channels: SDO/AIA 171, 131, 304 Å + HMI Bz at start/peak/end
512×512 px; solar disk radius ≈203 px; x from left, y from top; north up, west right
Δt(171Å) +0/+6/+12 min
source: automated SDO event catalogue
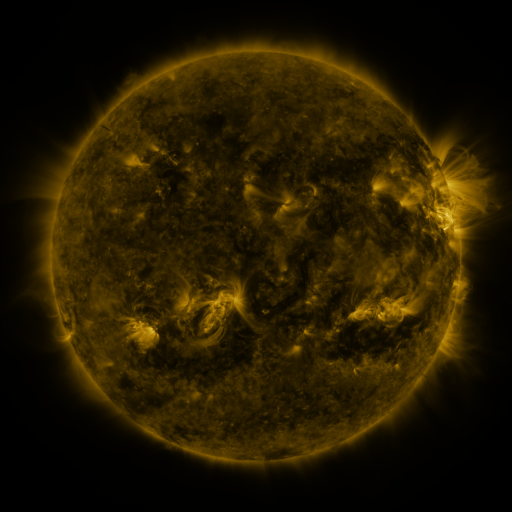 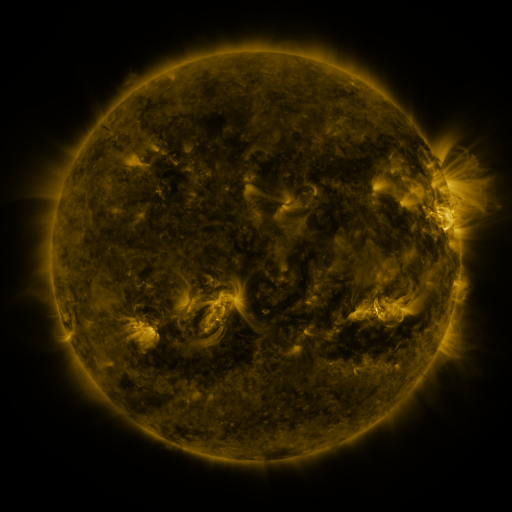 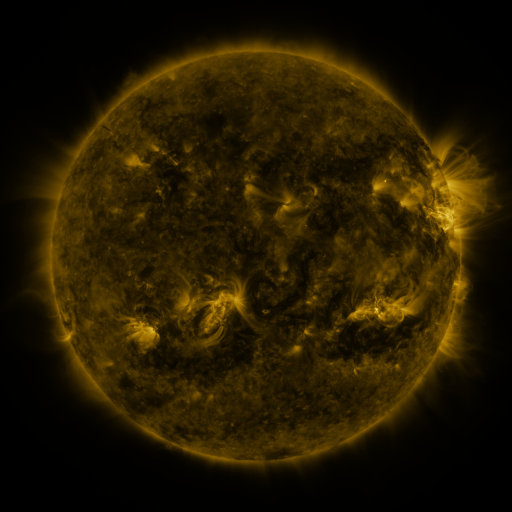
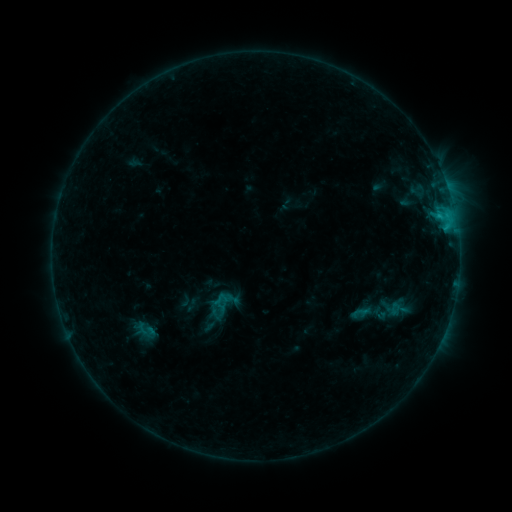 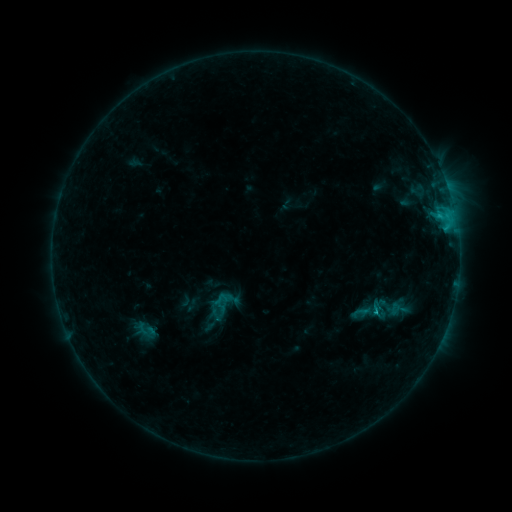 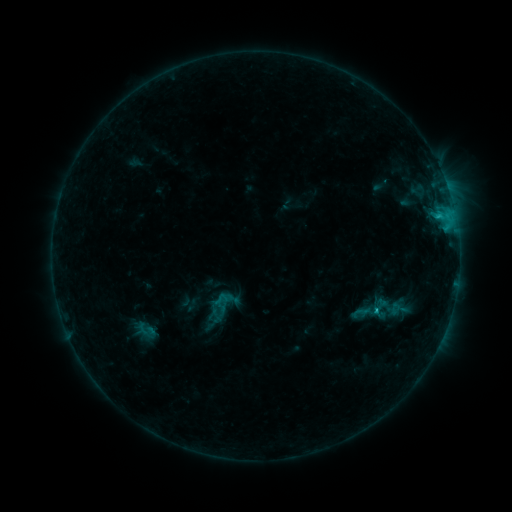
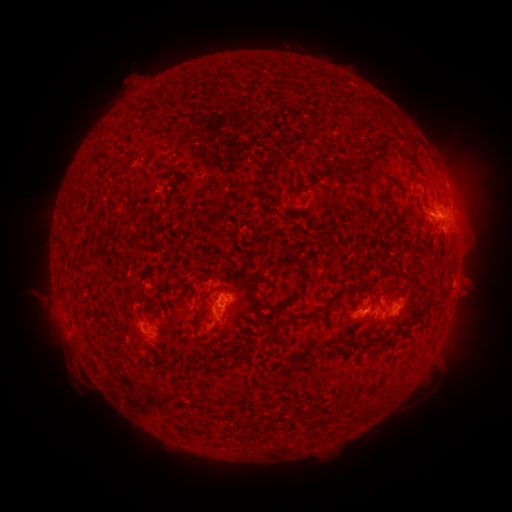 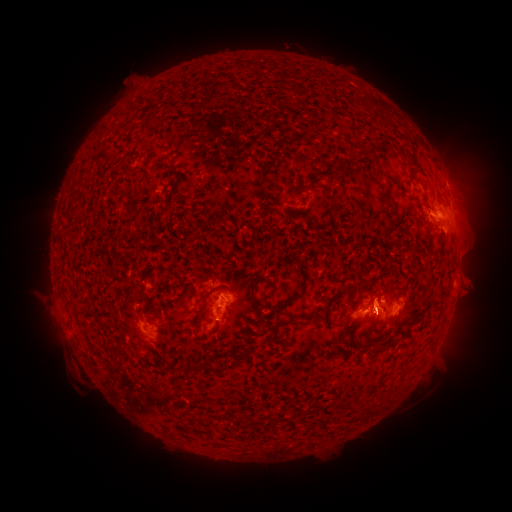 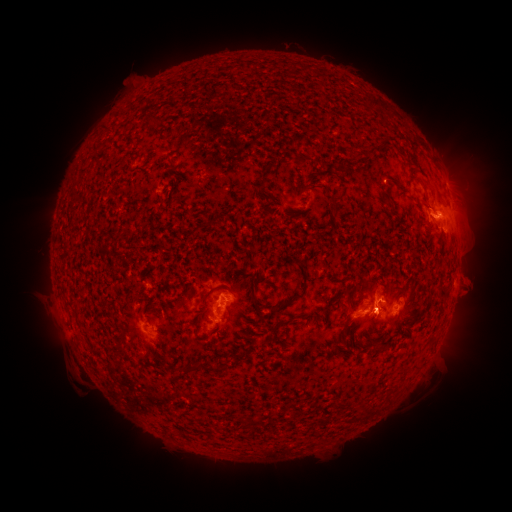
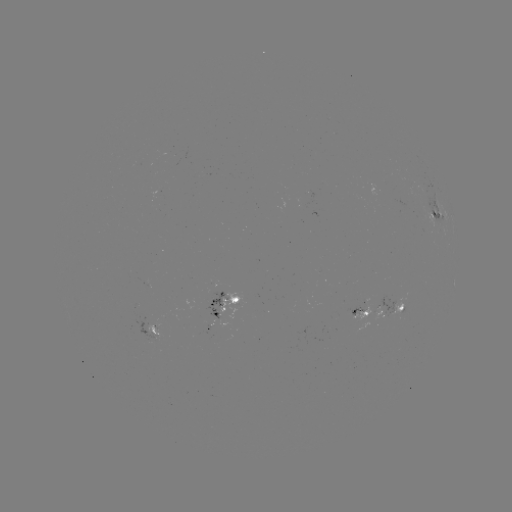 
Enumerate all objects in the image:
eruption: (377, 290)
